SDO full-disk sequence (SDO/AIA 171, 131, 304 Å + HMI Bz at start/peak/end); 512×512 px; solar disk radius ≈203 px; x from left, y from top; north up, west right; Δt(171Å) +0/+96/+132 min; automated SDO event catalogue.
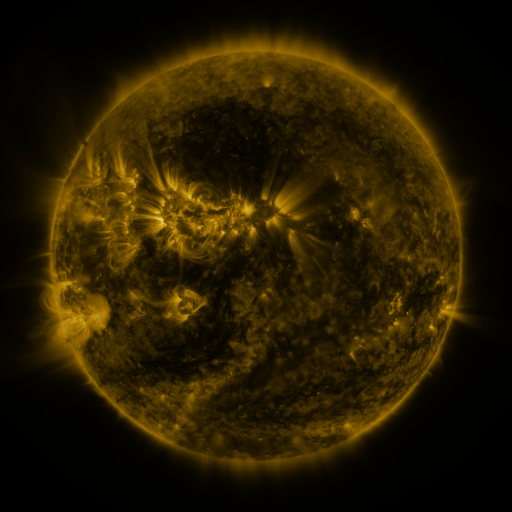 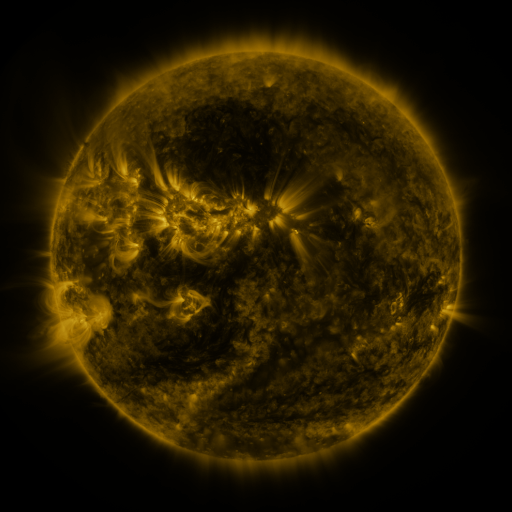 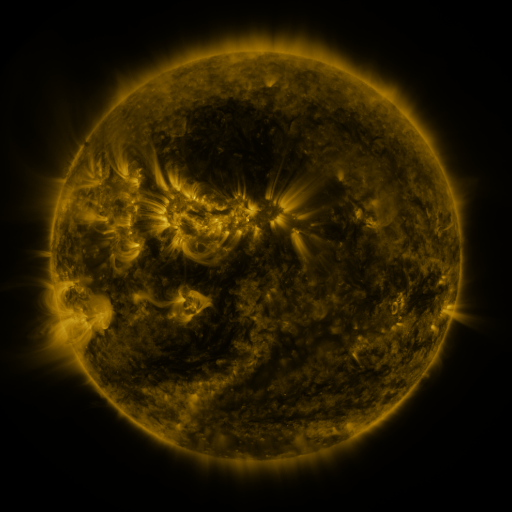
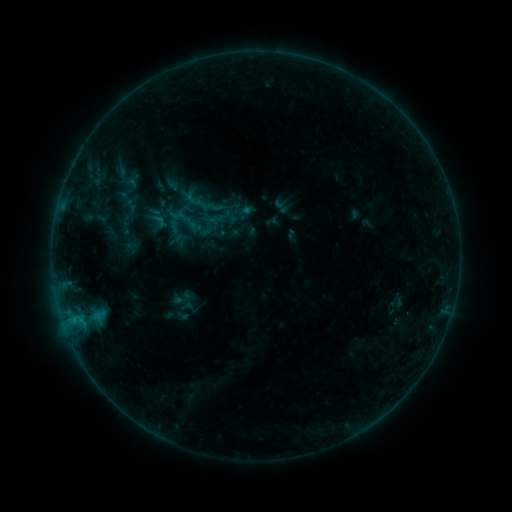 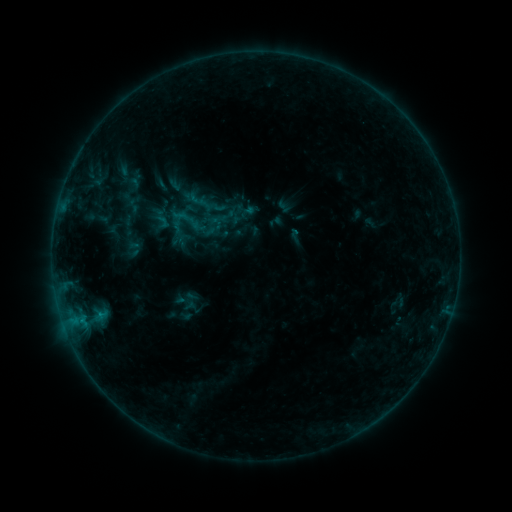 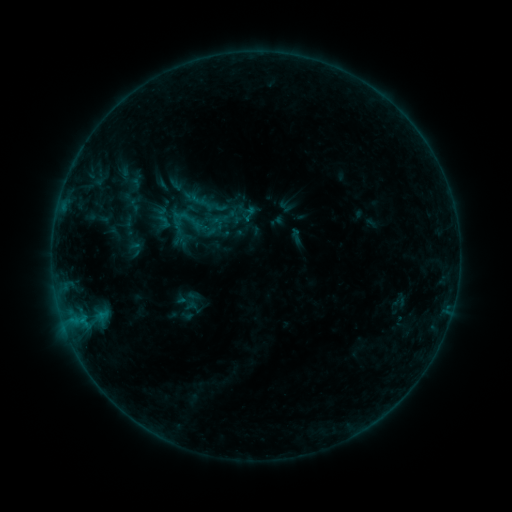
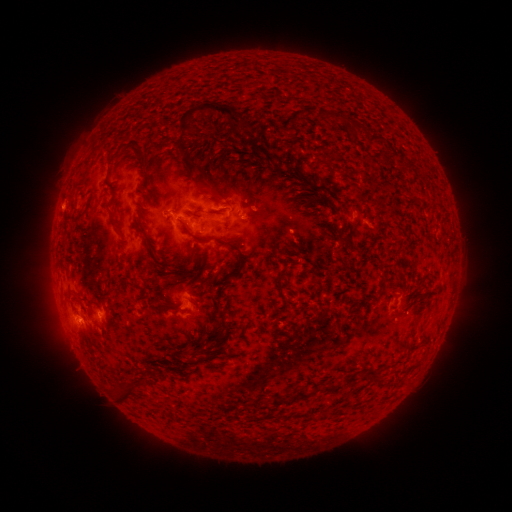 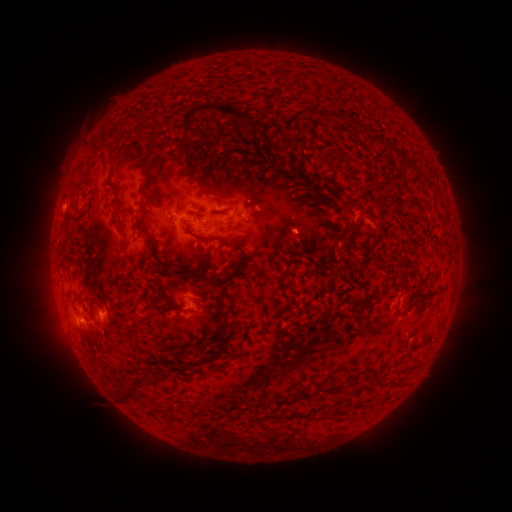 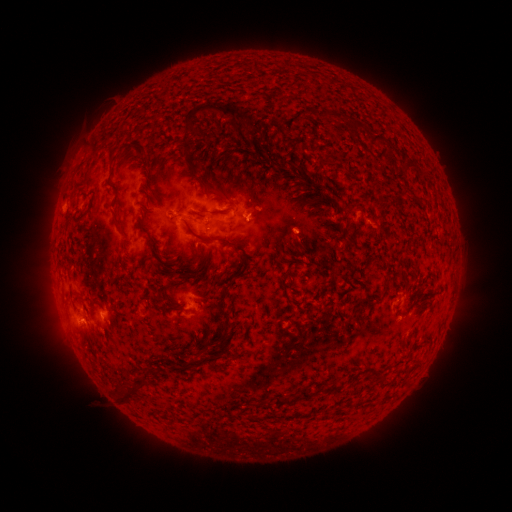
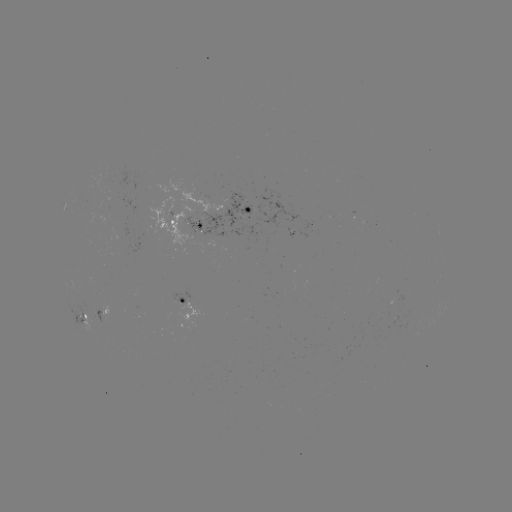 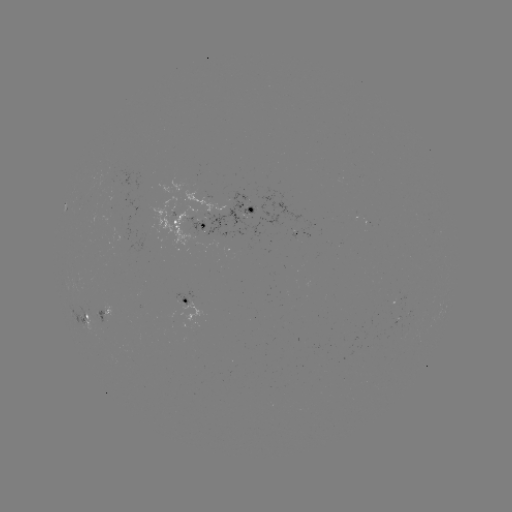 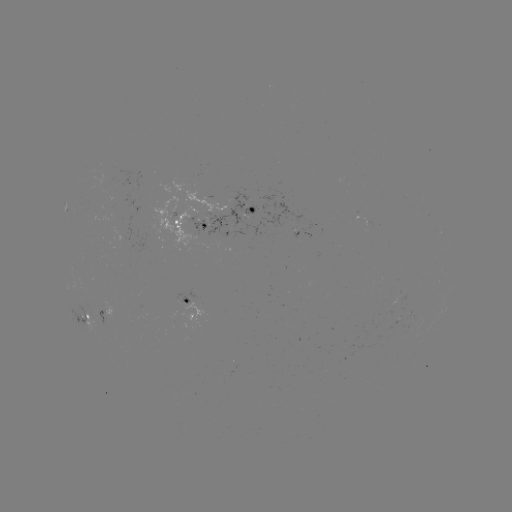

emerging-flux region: (91, 307, 110, 333)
